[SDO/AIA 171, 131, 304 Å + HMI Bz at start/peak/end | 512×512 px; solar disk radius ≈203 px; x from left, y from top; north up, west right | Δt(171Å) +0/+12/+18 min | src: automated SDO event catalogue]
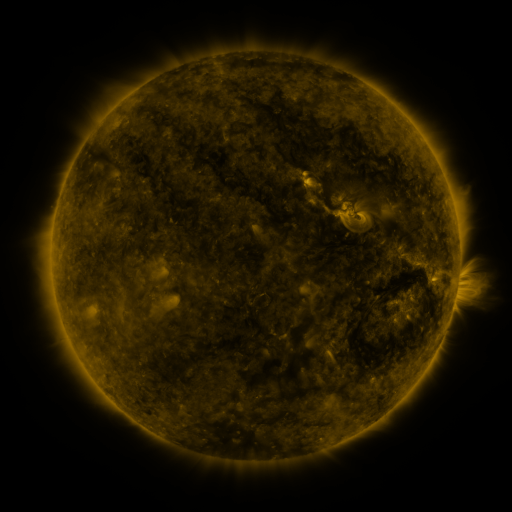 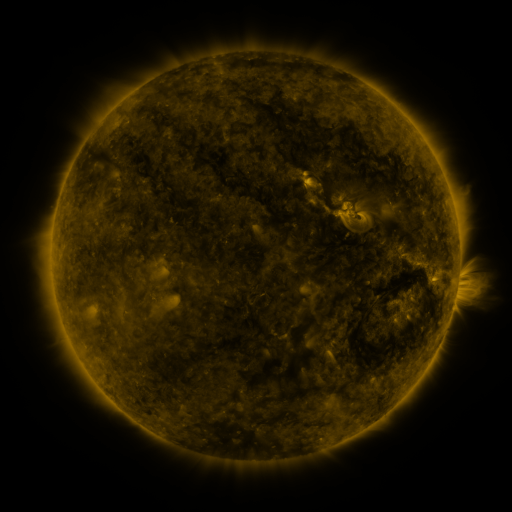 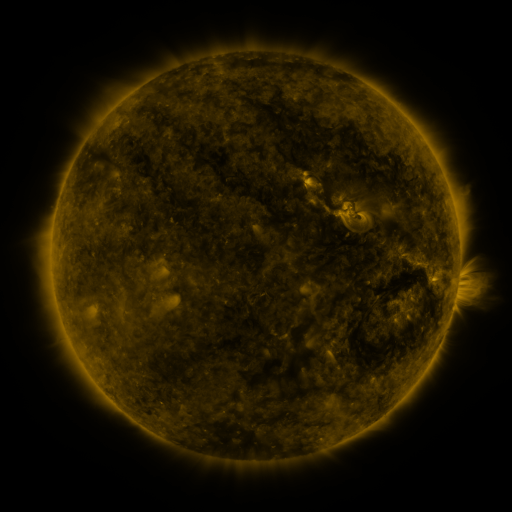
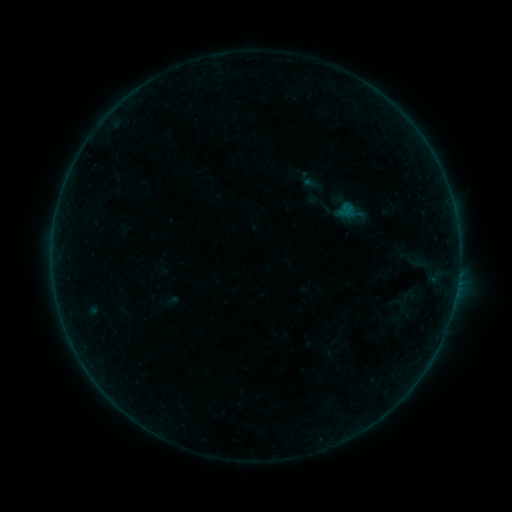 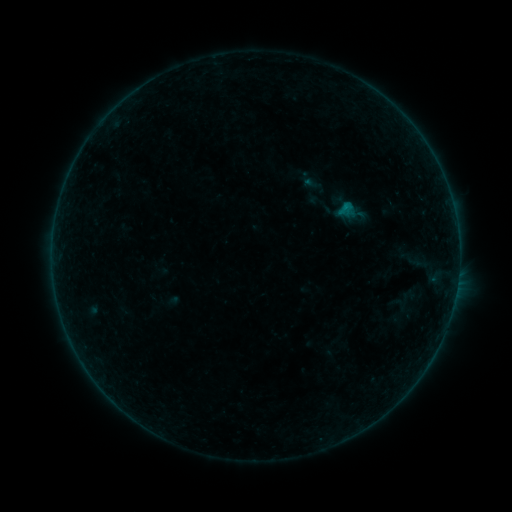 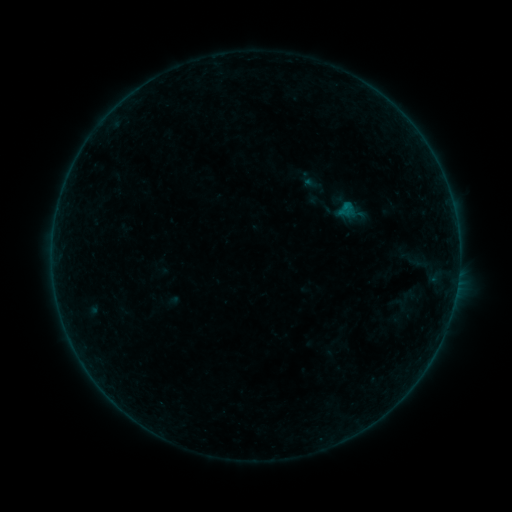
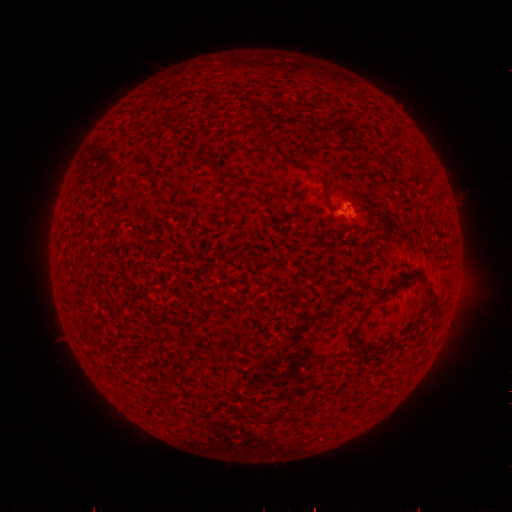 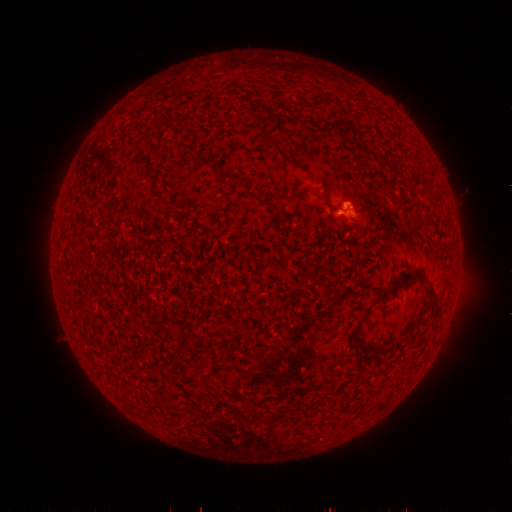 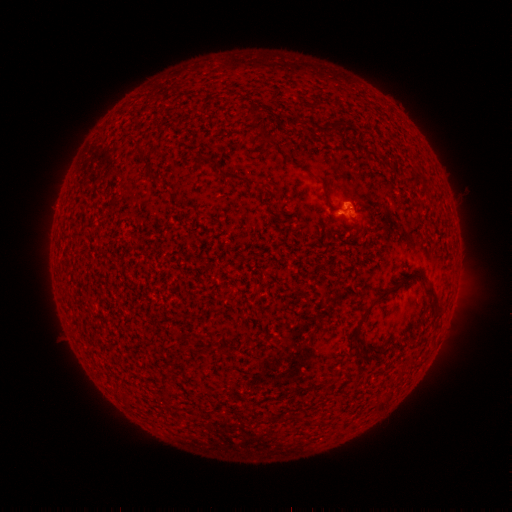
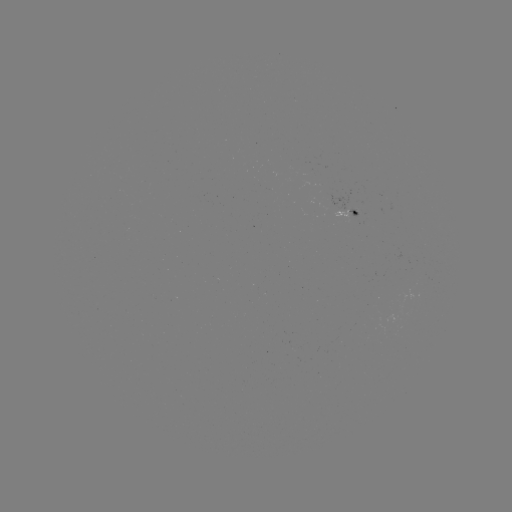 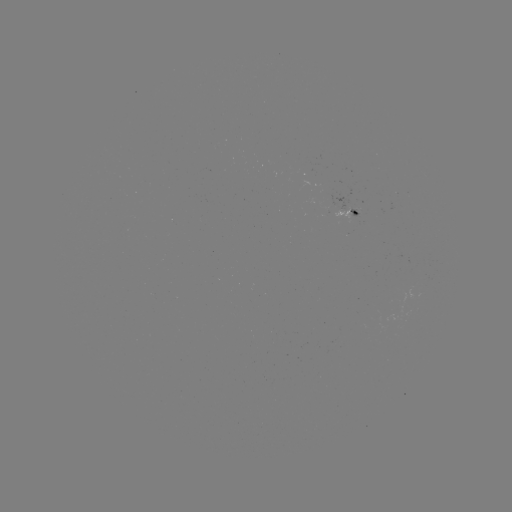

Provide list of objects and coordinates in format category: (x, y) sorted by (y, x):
B2.9 flare: (345, 207)
